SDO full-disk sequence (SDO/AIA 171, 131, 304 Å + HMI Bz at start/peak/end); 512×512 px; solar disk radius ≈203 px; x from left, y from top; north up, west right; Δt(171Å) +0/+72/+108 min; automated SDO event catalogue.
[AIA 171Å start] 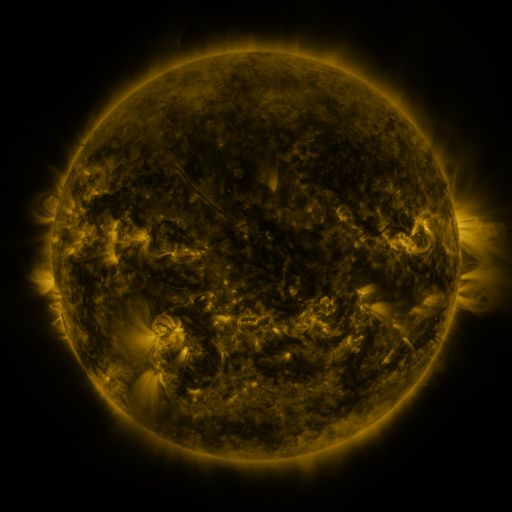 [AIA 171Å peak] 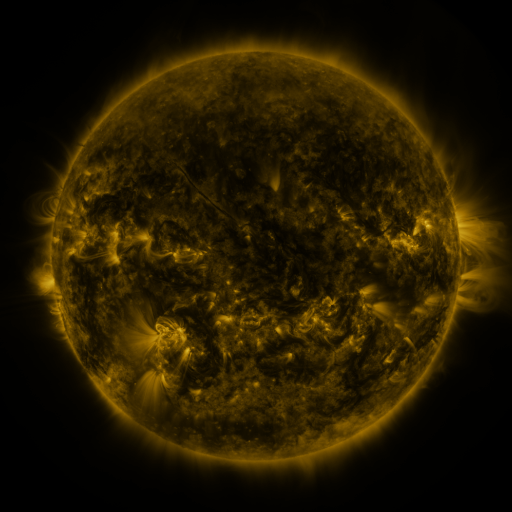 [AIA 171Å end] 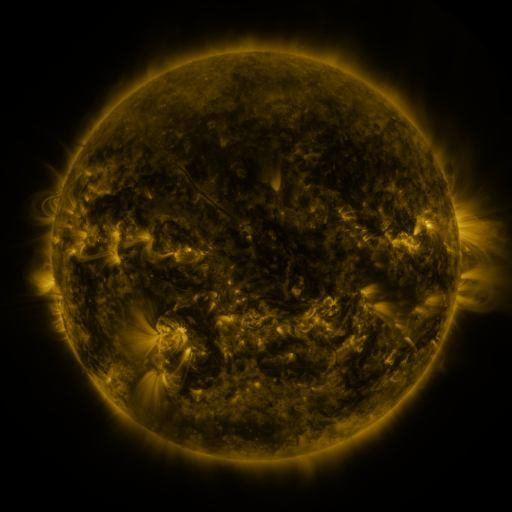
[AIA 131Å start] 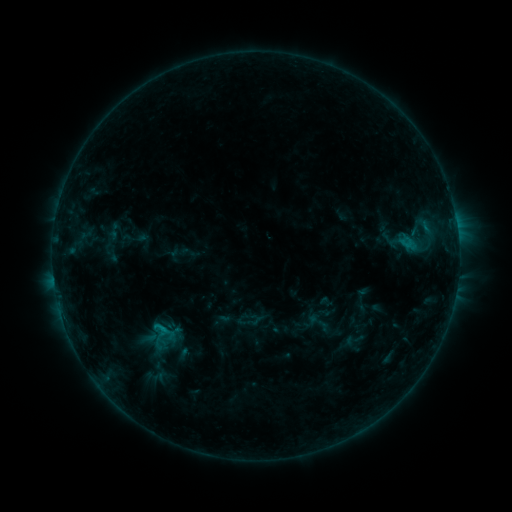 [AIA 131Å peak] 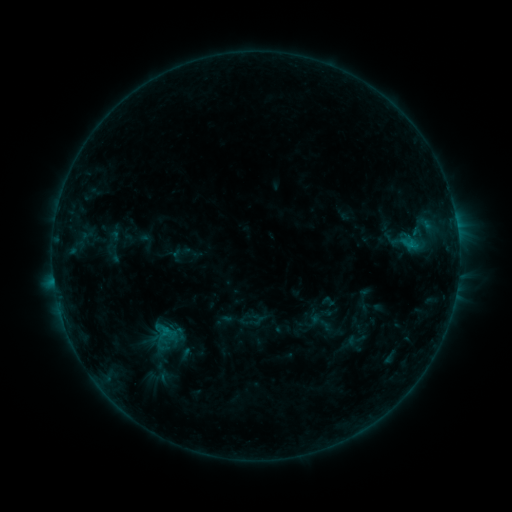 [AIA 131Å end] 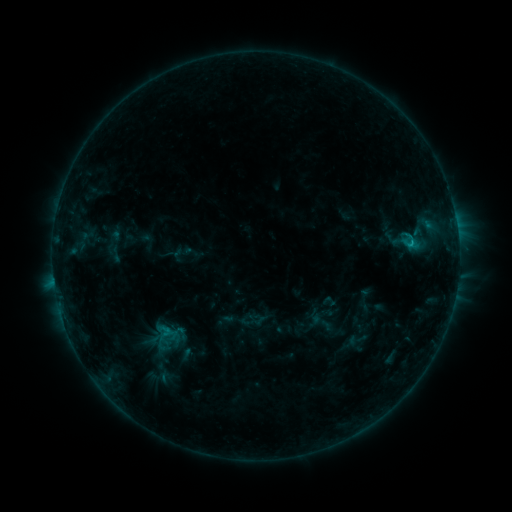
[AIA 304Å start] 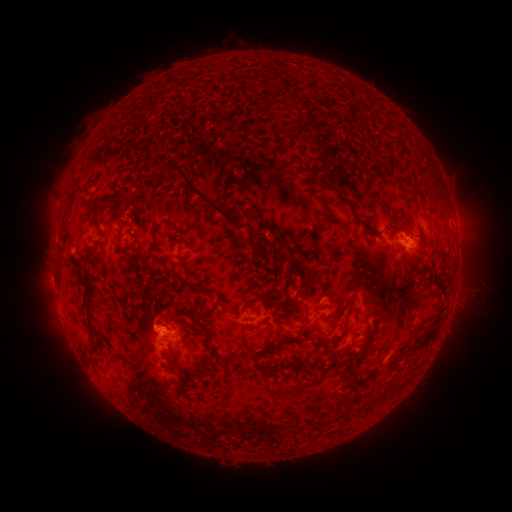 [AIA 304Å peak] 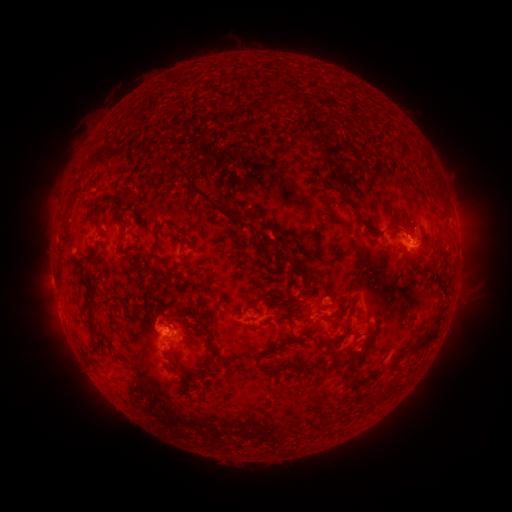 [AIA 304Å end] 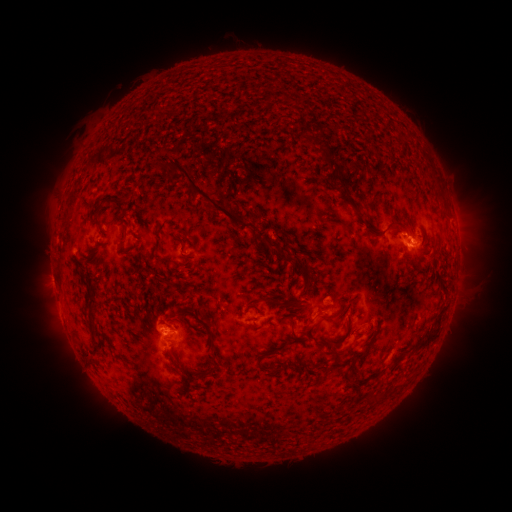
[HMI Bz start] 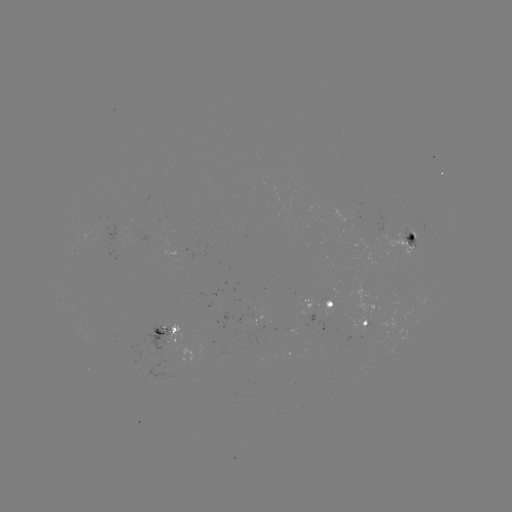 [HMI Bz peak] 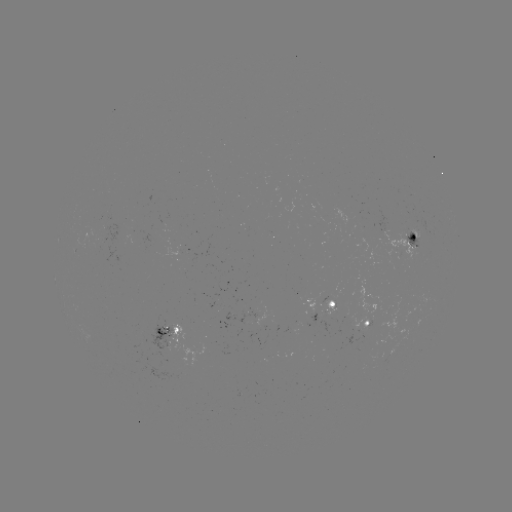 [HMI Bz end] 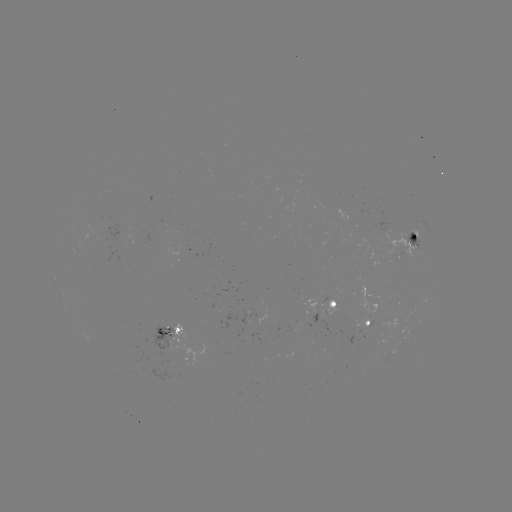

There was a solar emerging-flux region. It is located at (333, 305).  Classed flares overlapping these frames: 1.